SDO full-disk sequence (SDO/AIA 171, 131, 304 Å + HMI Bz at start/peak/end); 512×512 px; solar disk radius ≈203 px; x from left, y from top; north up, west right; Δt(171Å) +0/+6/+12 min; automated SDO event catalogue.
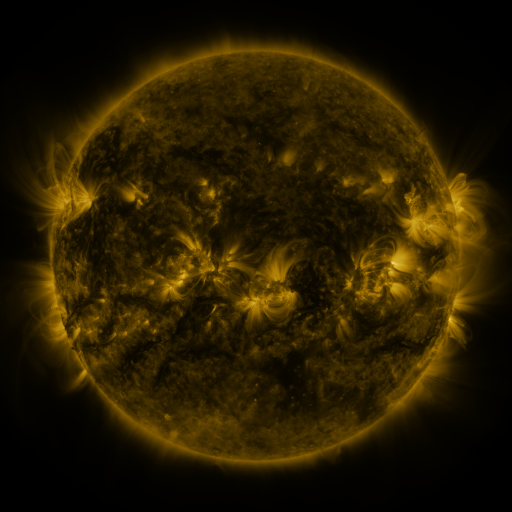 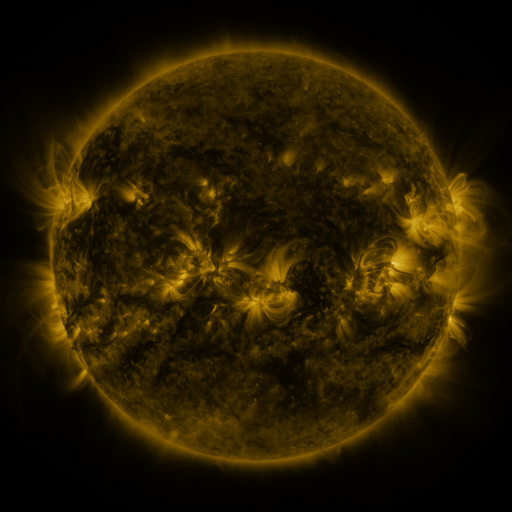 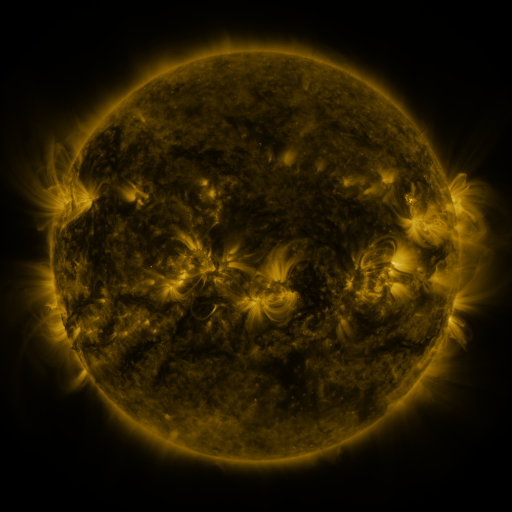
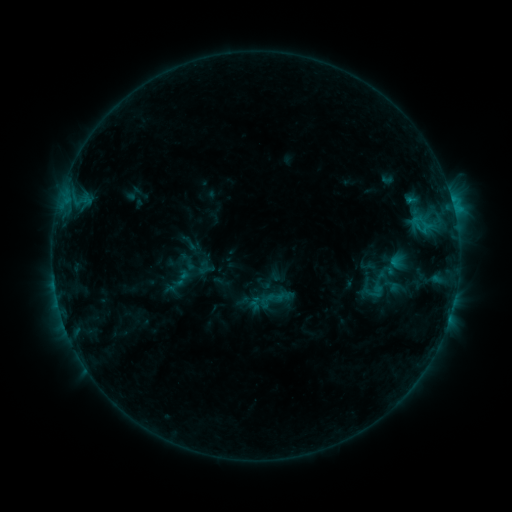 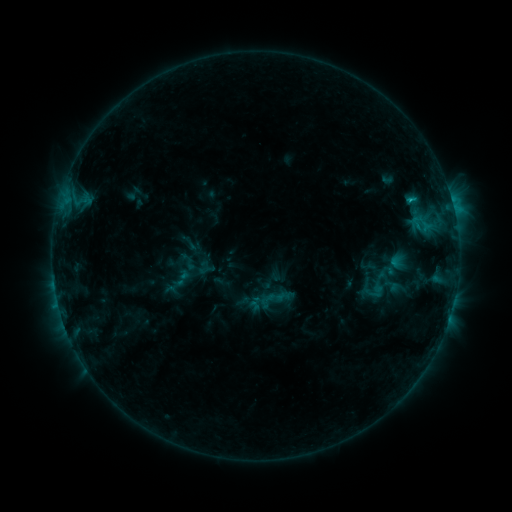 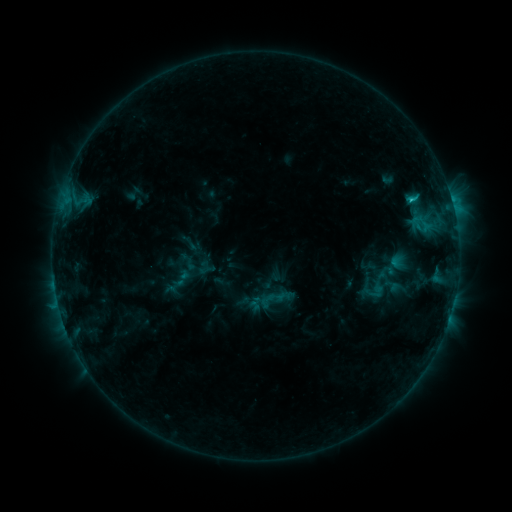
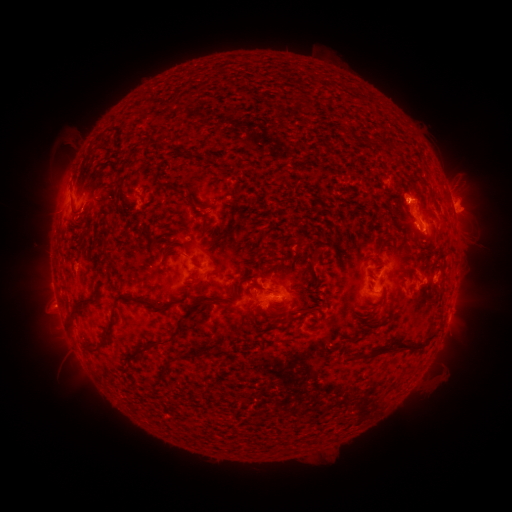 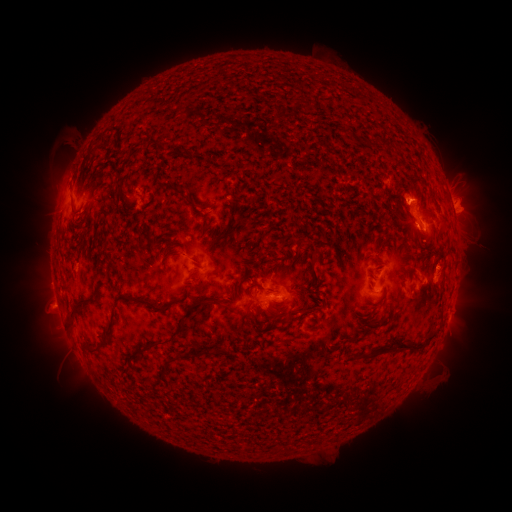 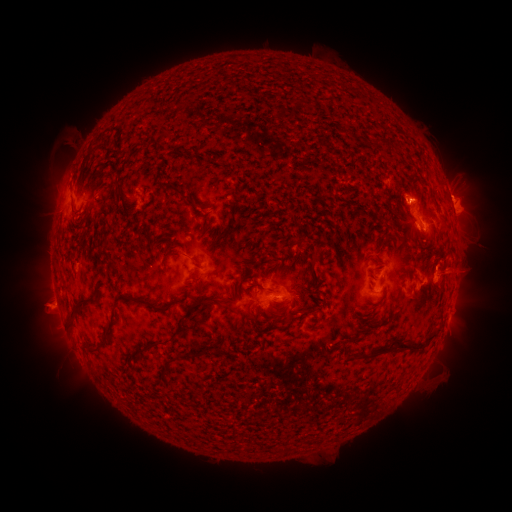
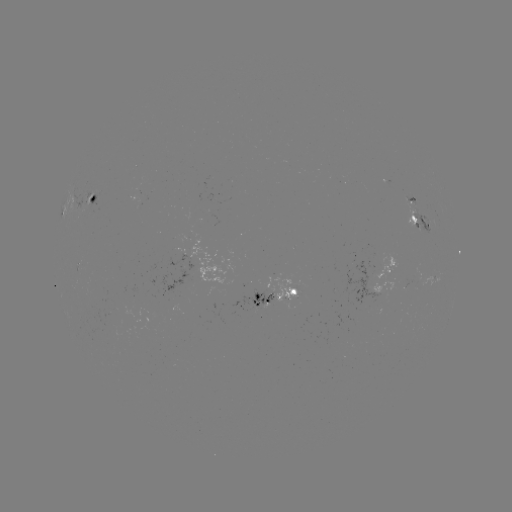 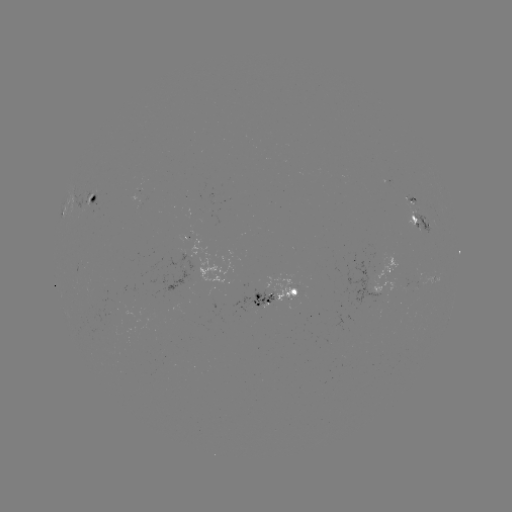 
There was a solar eruption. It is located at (455, 272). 